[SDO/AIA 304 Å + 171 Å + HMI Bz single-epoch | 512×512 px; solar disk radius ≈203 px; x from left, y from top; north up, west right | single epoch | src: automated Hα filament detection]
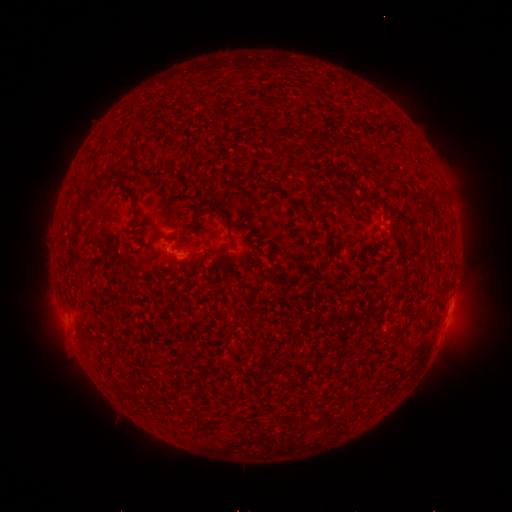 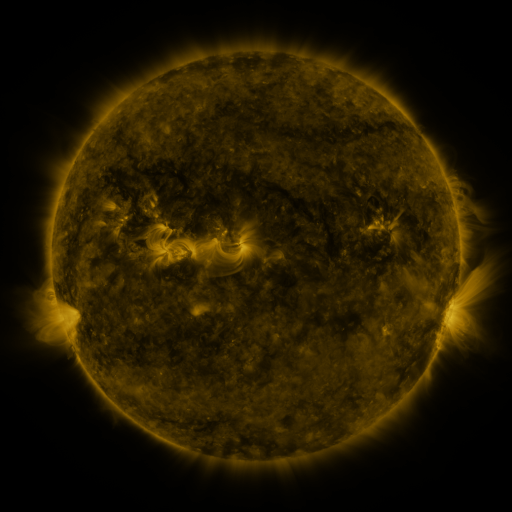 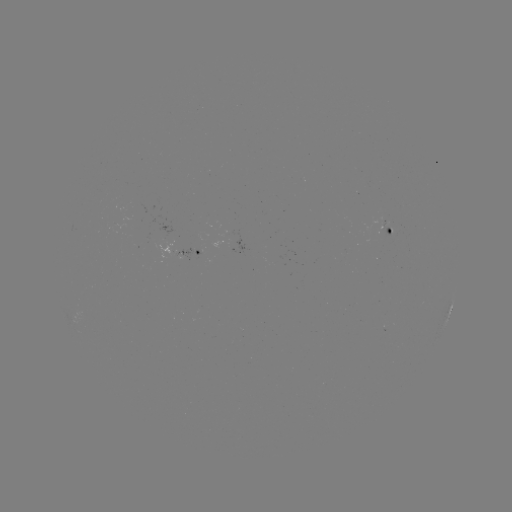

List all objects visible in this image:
filament: (243, 107)
filament: (379, 126)
filament: (324, 135)
filament: (167, 172)
filament: (100, 180)
filament: (441, 193)
filament: (131, 196)
filament: (373, 196)
filament: (88, 201)
filament: (209, 203)
filament: (79, 211)
filament: (153, 240)
filament: (74, 254)
